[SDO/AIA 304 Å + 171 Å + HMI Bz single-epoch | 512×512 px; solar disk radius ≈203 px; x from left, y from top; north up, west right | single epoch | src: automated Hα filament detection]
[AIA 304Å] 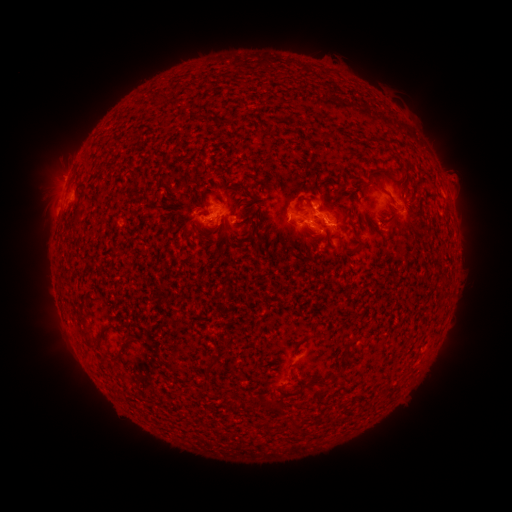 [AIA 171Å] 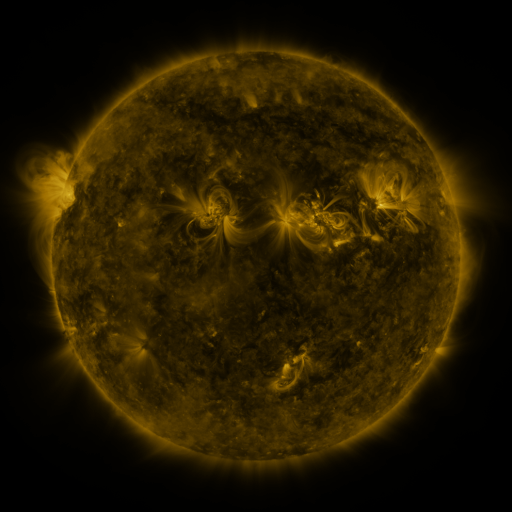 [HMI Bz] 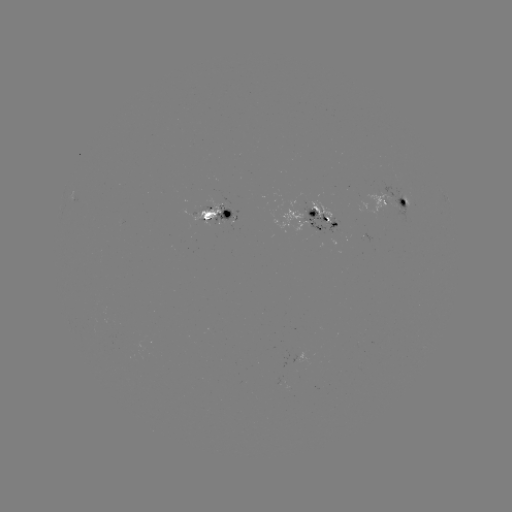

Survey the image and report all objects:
filament: <bbox>319, 125, 336, 140</bbox>
filament: <bbox>371, 167, 395, 177</bbox>
filament: <bbox>235, 183, 250, 196</bbox>
filament: <bbox>376, 184, 386, 192</bbox>
filament: <bbox>294, 196, 316, 216</bbox>
filament: <bbox>326, 197, 336, 205</bbox>
filament: <bbox>405, 200, 415, 214</bbox>
filament: <bbox>71, 217, 80, 225</bbox>
filament: <bbox>239, 230, 250, 238</bbox>
filament: <bbox>252, 240, 263, 251</bbox>
filament: <bbox>77, 317, 89, 325</bbox>
filament: <bbox>81, 330, 90, 339</bbox>
filament: <bbox>97, 331, 105, 343</bbox>
filament: <bbox>297, 334, 311, 345</bbox>
filament: <bbox>113, 351, 123, 359</bbox>
filament: <bbox>204, 358, 219, 372</bbox>
filament: <bbox>330, 367, 344, 379</bbox>
filament: <bbox>304, 375, 328, 387</bbox>
filament: <bbox>260, 395, 271, 408</bbox>
filament: <bbox>225, 398, 236, 413</bbox>
filament: <bbox>290, 415, 300, 431</bbox>
